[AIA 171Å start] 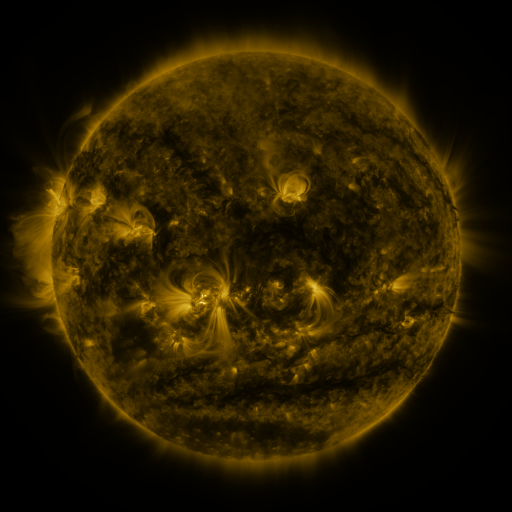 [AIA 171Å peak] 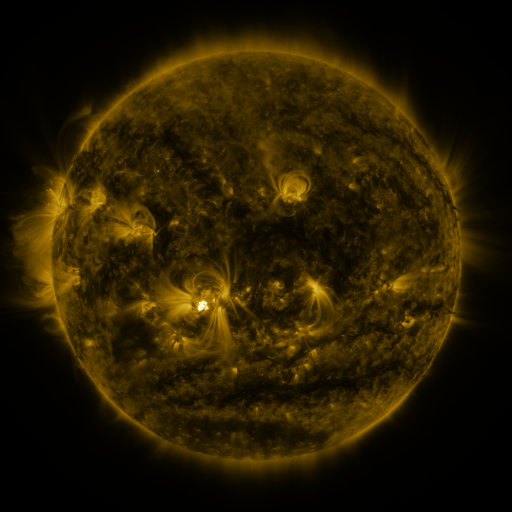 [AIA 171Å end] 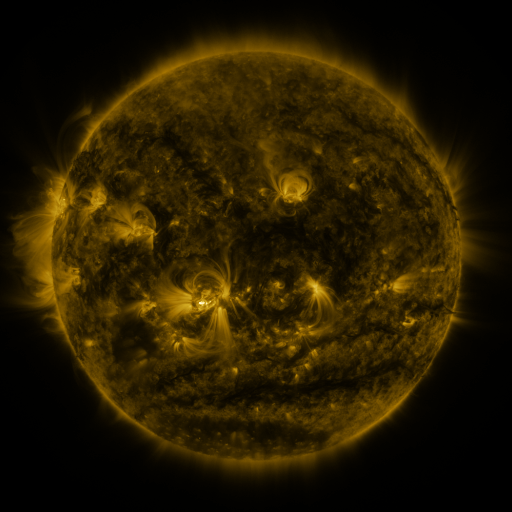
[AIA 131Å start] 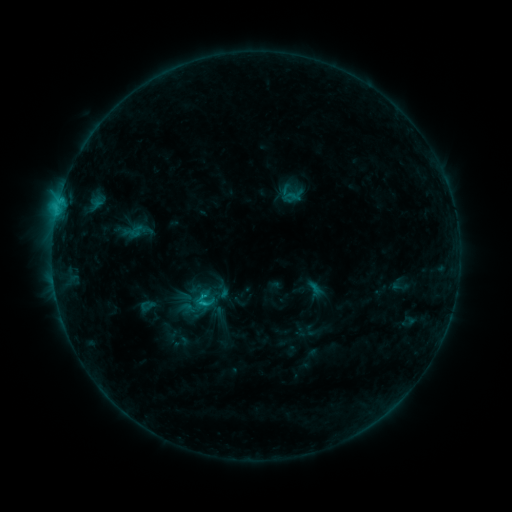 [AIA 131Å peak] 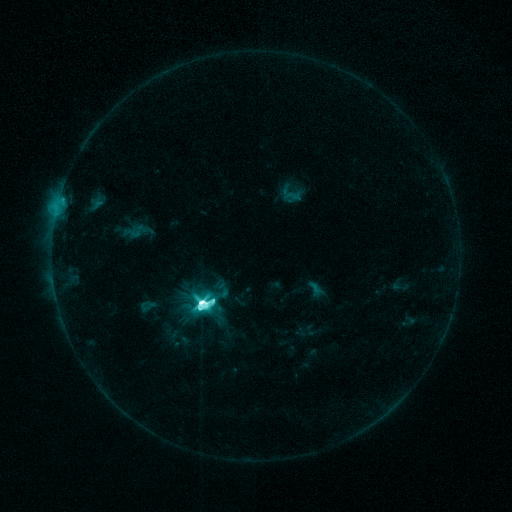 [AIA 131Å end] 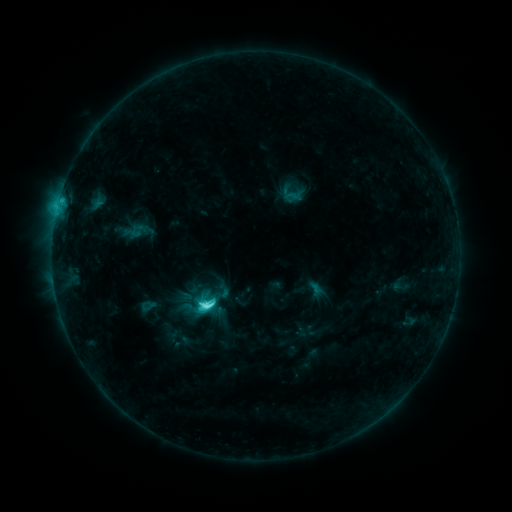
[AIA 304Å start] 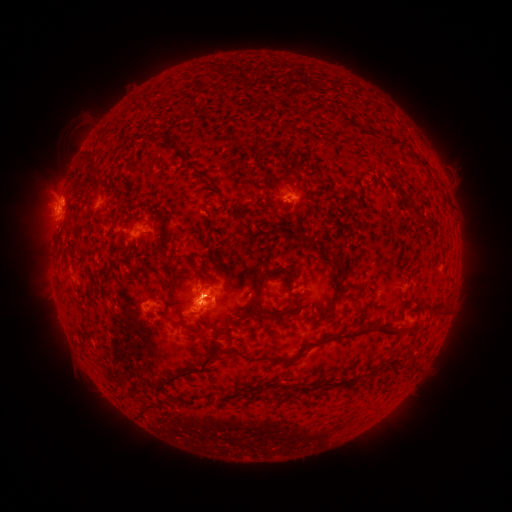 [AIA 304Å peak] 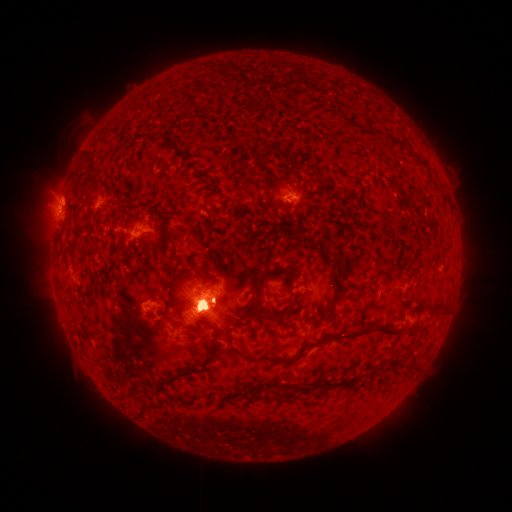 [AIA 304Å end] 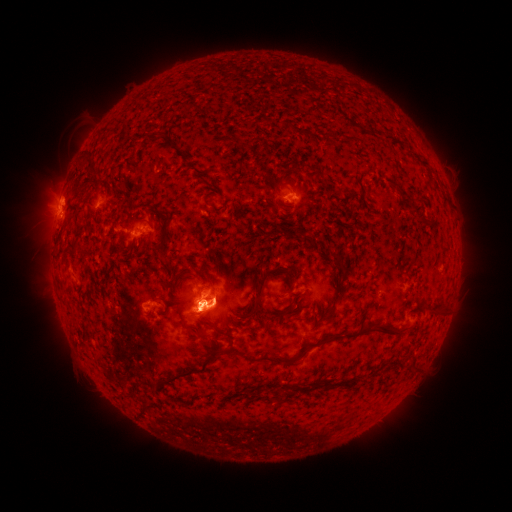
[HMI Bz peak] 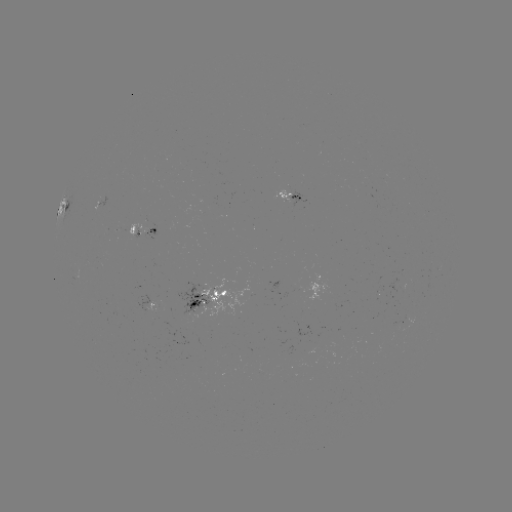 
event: eruption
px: (202, 306)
